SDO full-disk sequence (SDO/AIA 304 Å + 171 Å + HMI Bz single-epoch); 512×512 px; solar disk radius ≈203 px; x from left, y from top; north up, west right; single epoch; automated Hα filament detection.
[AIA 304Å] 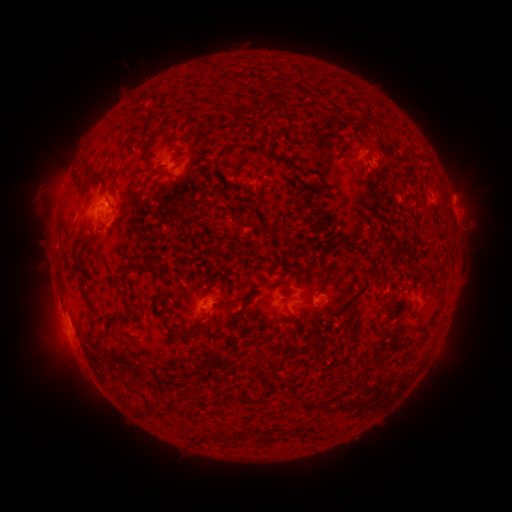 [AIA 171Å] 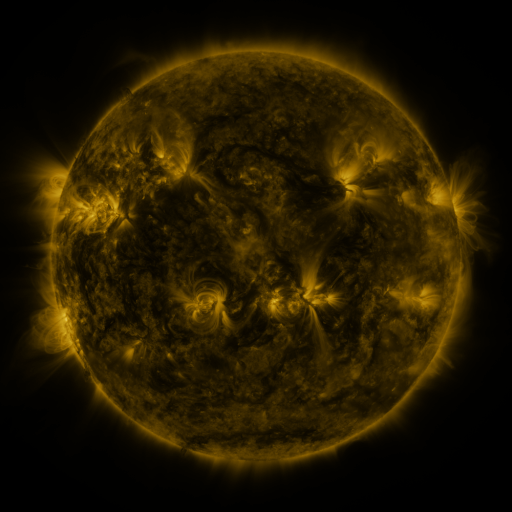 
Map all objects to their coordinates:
filament: (229, 107, 245, 117)
filament: (221, 147, 232, 164)
filament: (147, 159, 154, 173)
filament: (94, 171, 105, 181)
filament: (131, 263, 145, 271)
filament: (120, 272, 129, 282)
filament: (274, 276, 284, 283)
filament: (78, 283, 88, 299)
filament: (238, 306, 245, 316)
filament: (176, 321, 210, 340)
filament: (109, 328, 123, 336)
filament: (235, 431, 244, 440)
